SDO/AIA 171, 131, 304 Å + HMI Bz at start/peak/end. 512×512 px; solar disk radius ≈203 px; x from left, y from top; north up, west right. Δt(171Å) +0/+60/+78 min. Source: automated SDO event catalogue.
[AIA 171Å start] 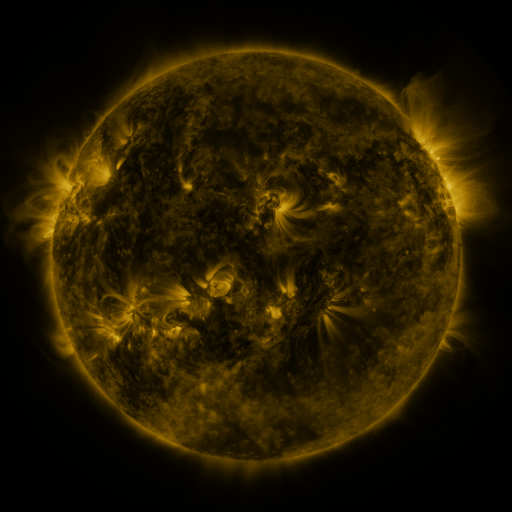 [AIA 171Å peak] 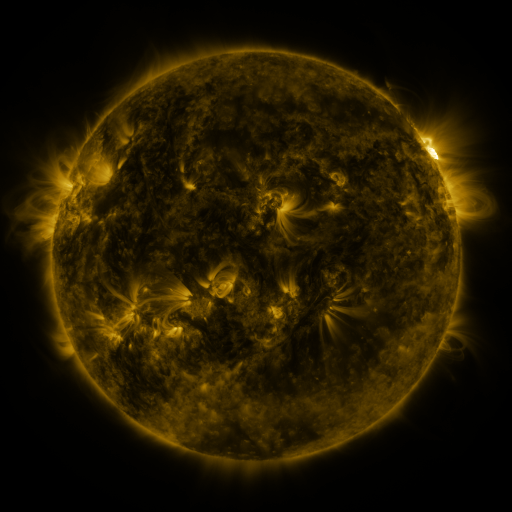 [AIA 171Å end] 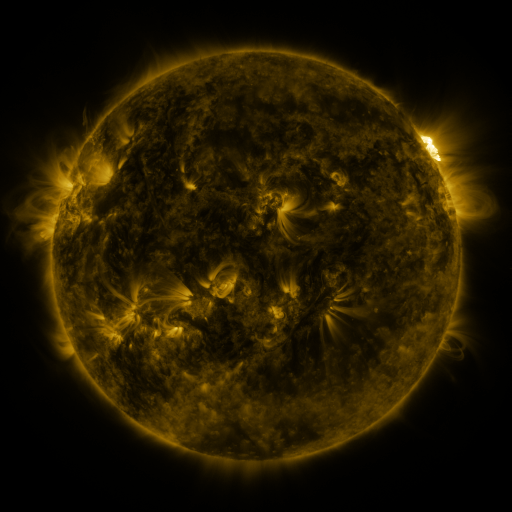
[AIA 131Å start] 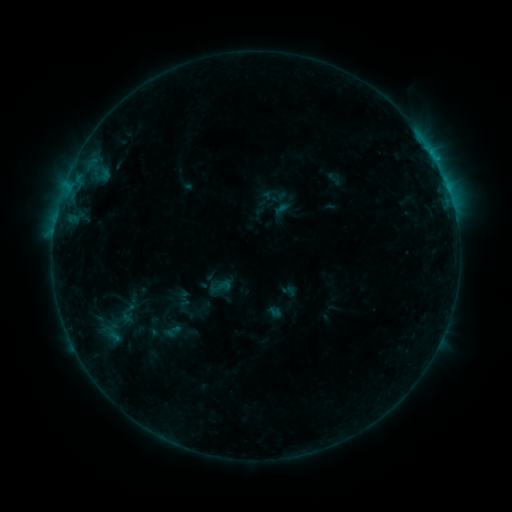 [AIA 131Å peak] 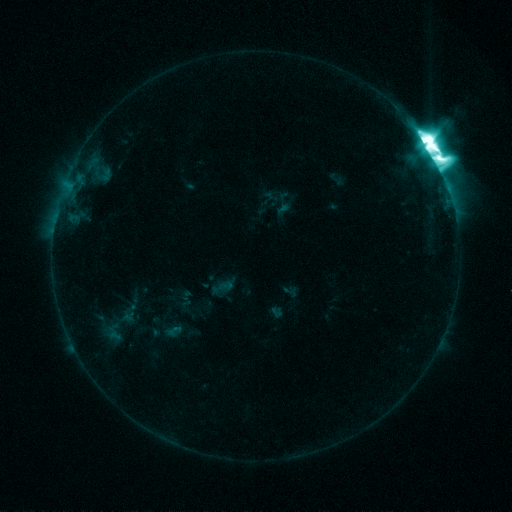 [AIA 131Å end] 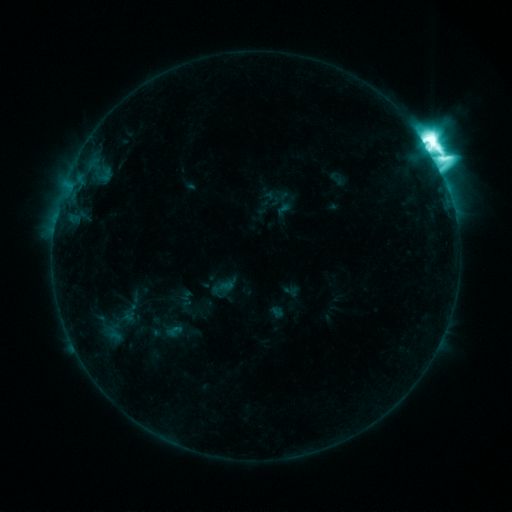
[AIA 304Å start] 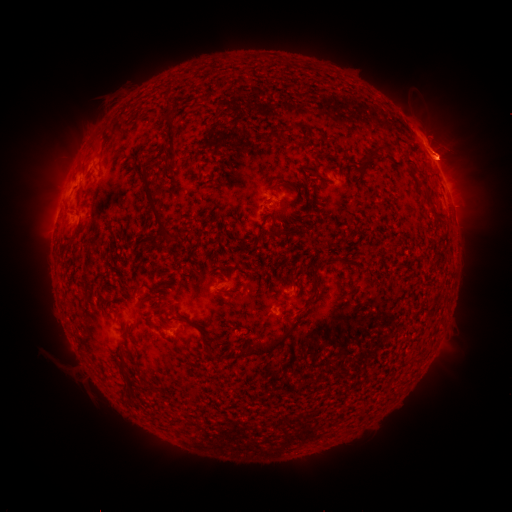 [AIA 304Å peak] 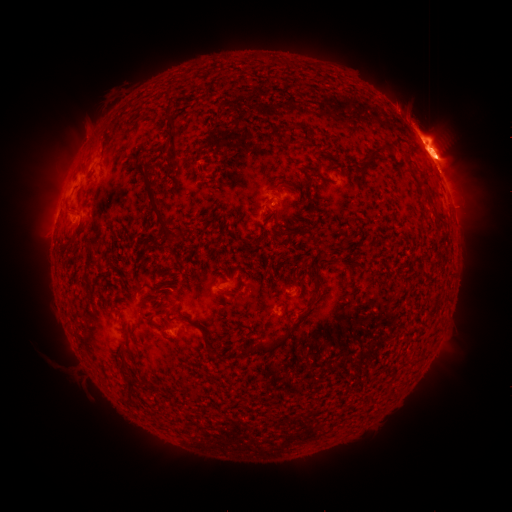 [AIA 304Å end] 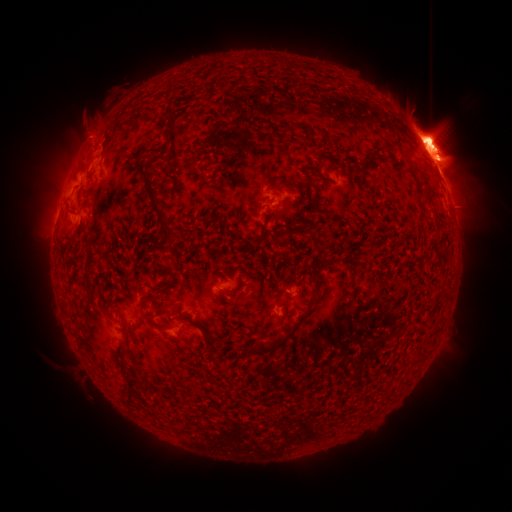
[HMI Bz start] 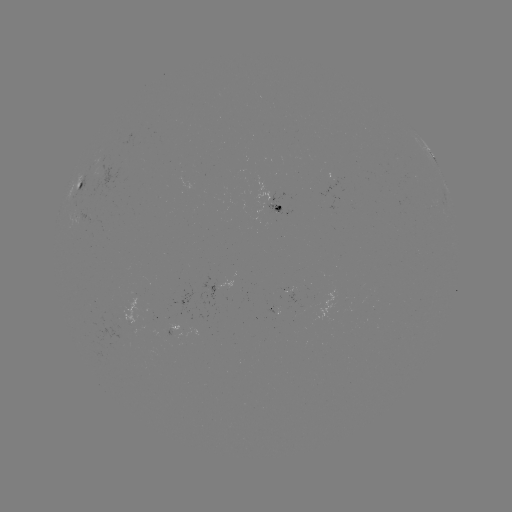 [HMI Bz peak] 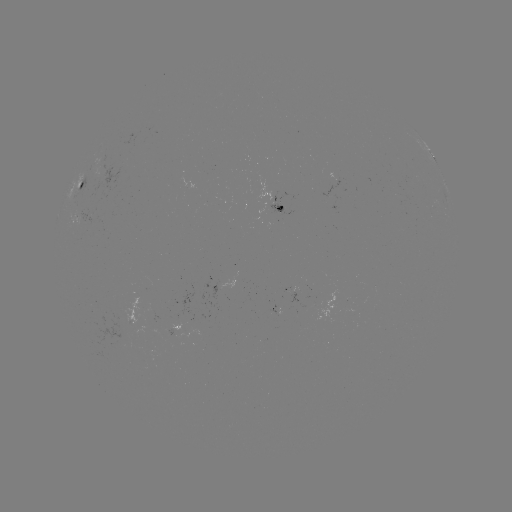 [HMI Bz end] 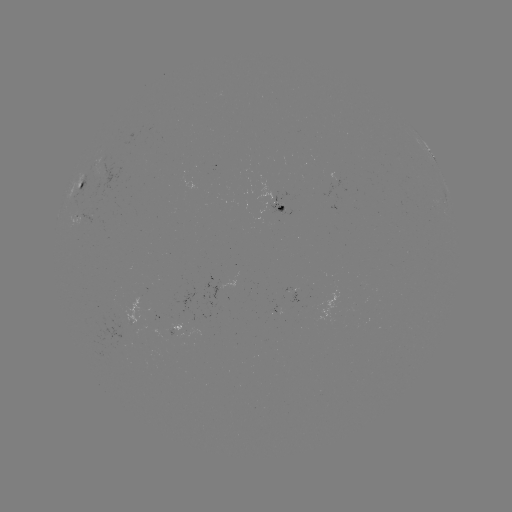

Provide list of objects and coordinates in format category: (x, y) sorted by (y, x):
X1.7 flare: (425, 144)
